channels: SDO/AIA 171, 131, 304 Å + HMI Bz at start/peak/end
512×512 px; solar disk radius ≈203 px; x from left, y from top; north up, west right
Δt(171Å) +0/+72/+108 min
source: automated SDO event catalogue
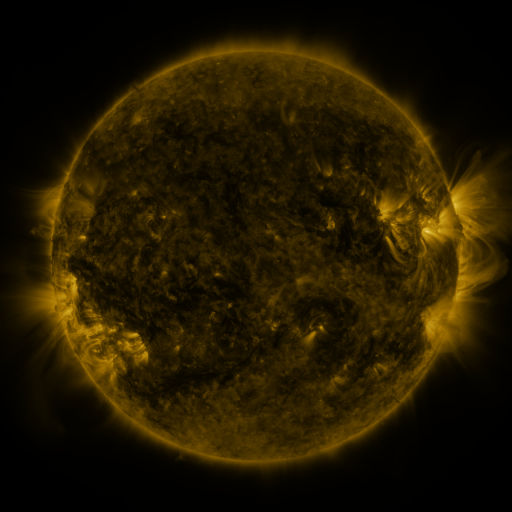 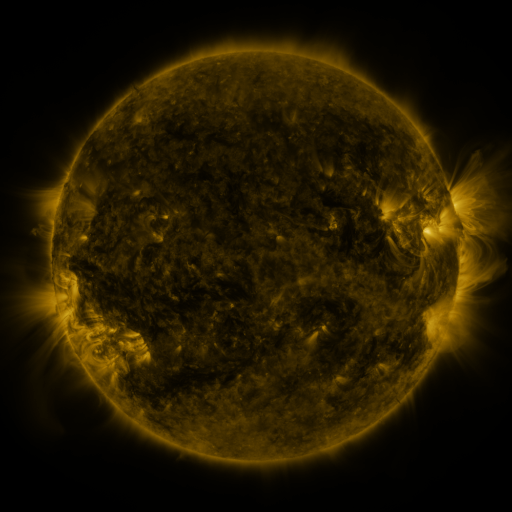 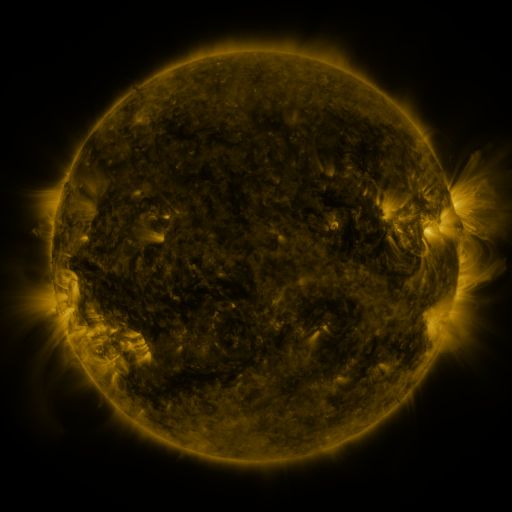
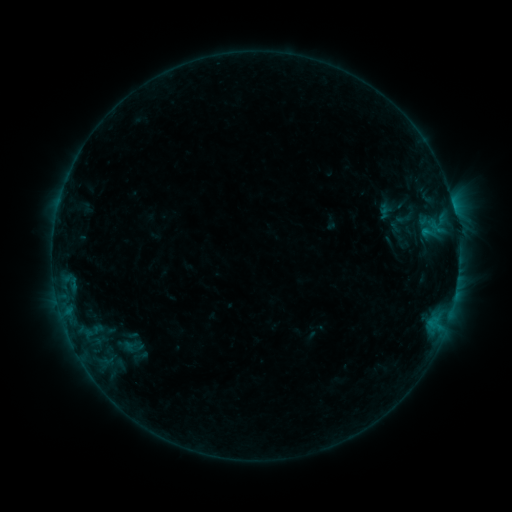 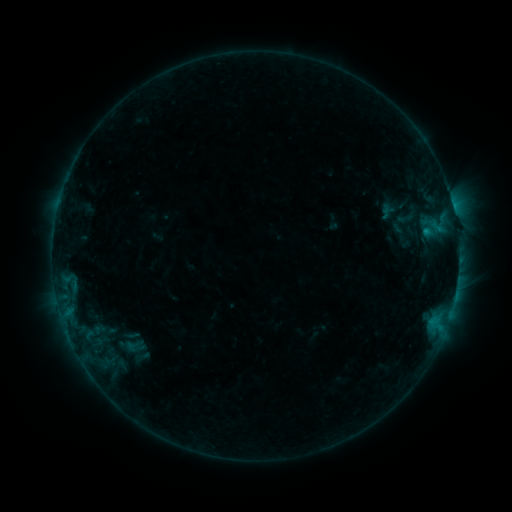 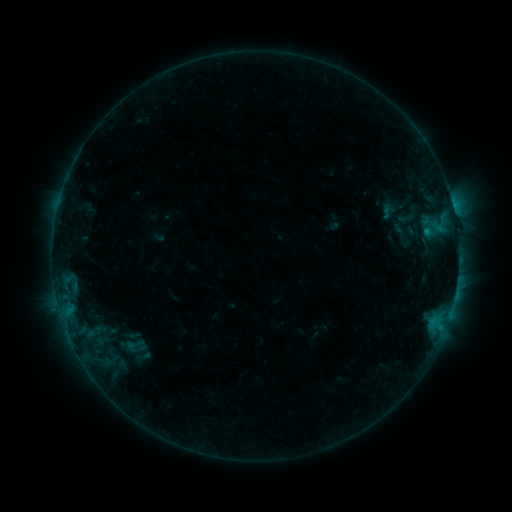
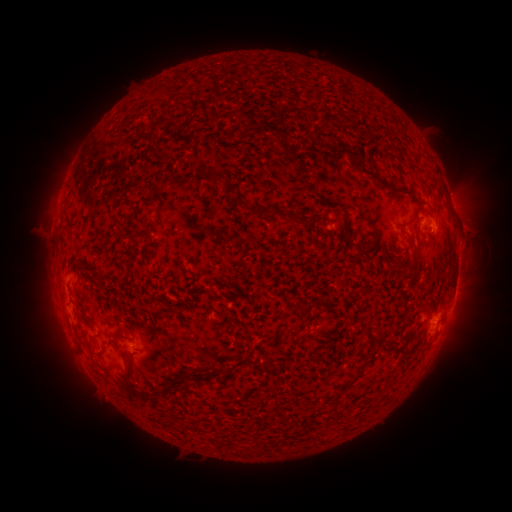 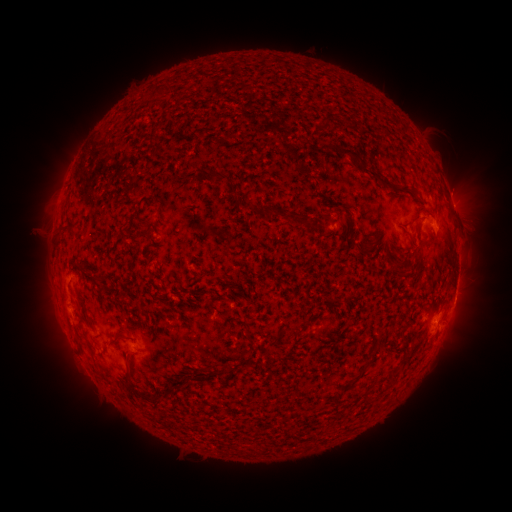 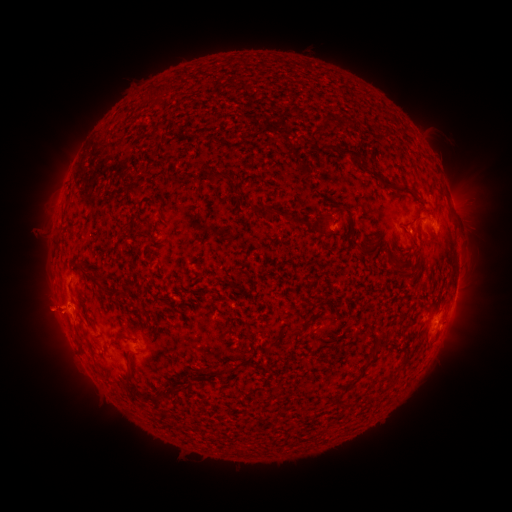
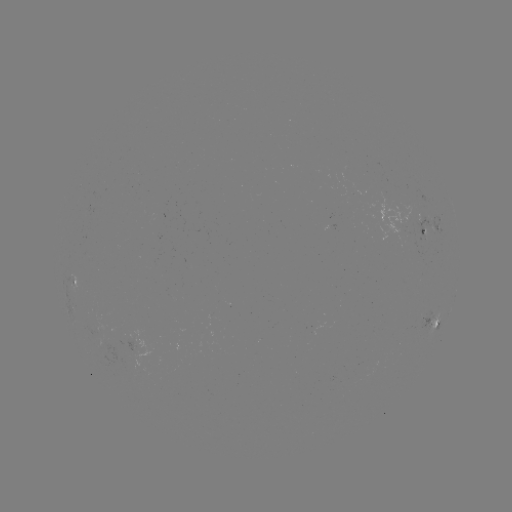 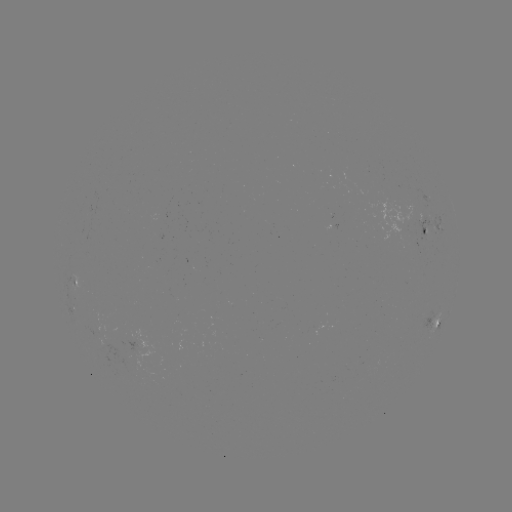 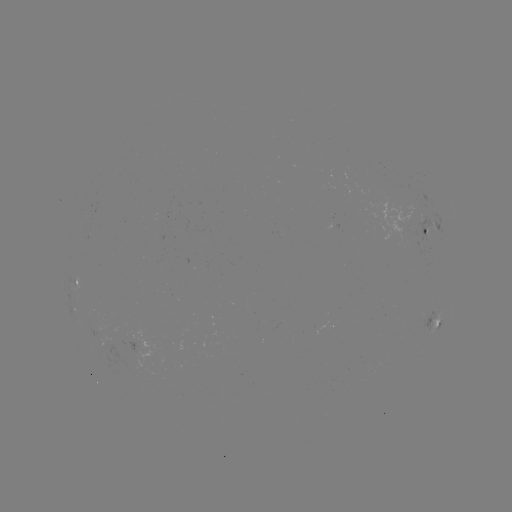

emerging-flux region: [366, 191, 428, 240]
